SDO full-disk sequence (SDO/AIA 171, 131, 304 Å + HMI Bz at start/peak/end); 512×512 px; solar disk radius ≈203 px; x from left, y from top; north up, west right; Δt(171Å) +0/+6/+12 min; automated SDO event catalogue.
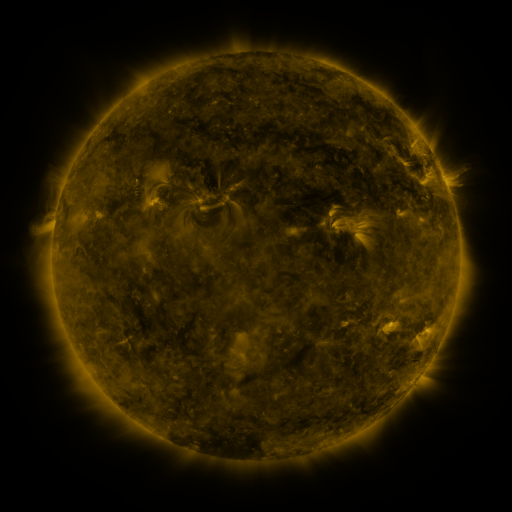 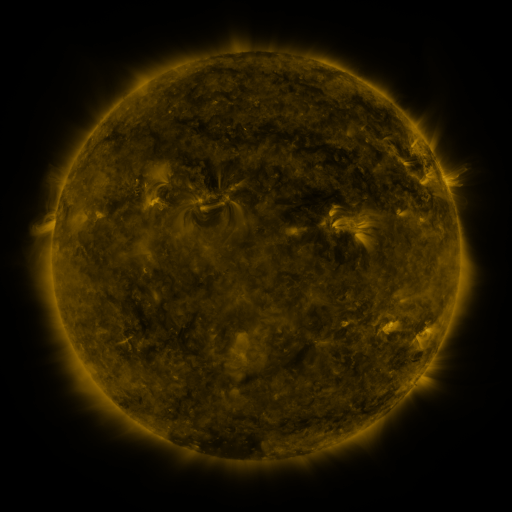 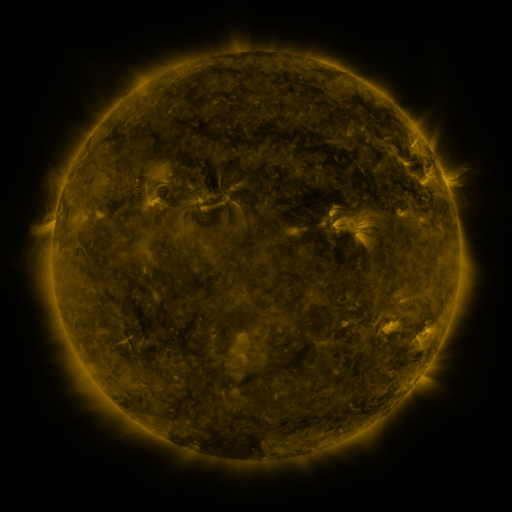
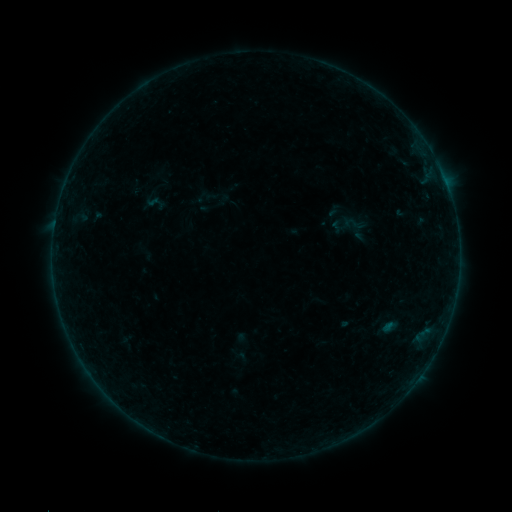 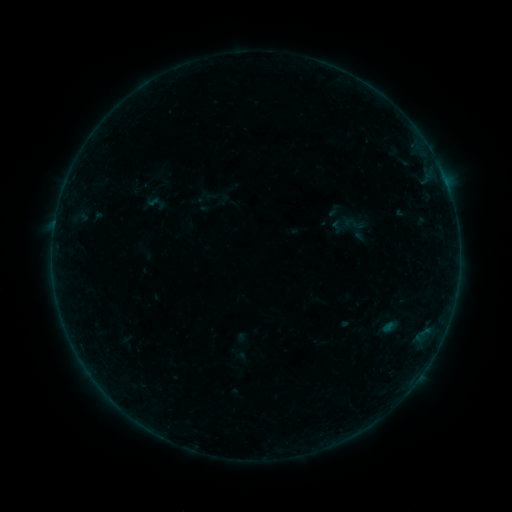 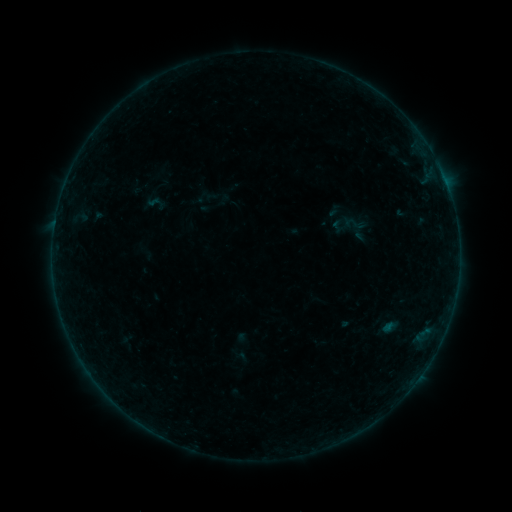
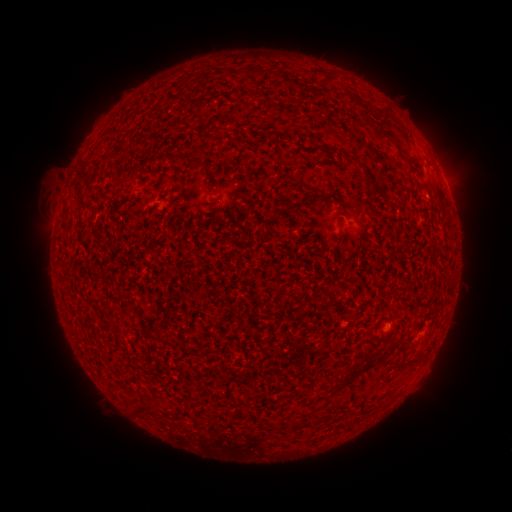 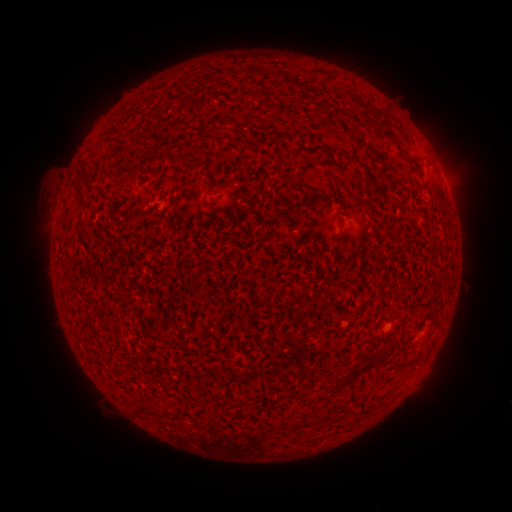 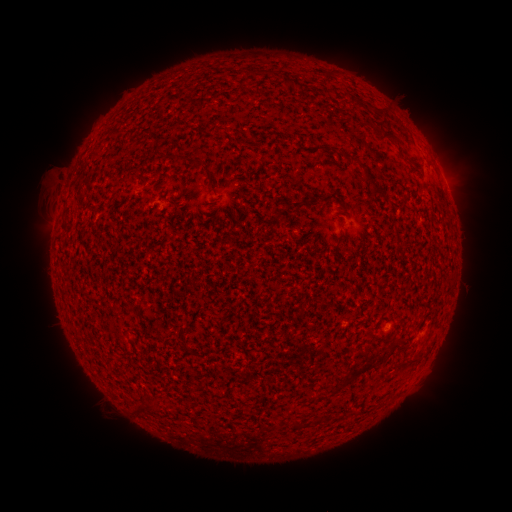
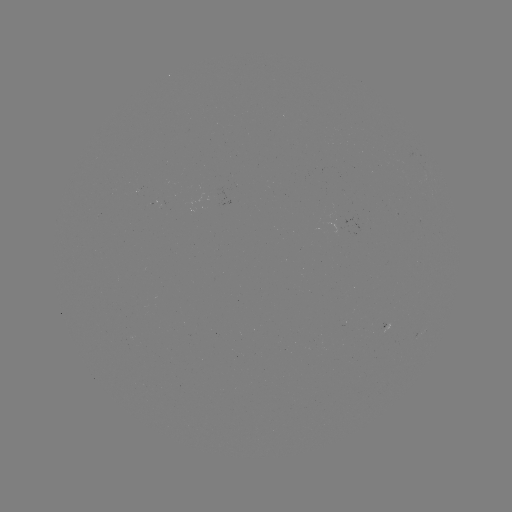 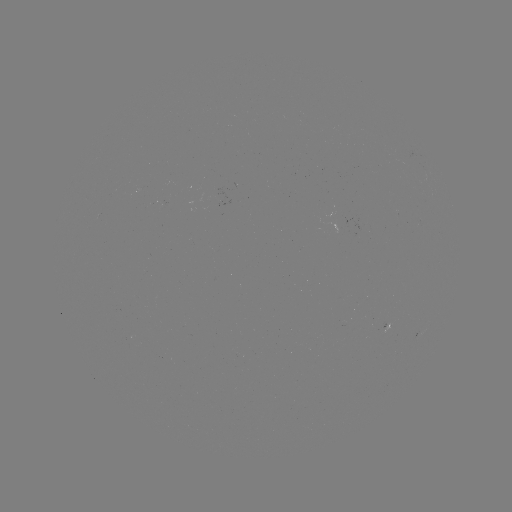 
no classed flare was catalogued and no EUV brightening was flagged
